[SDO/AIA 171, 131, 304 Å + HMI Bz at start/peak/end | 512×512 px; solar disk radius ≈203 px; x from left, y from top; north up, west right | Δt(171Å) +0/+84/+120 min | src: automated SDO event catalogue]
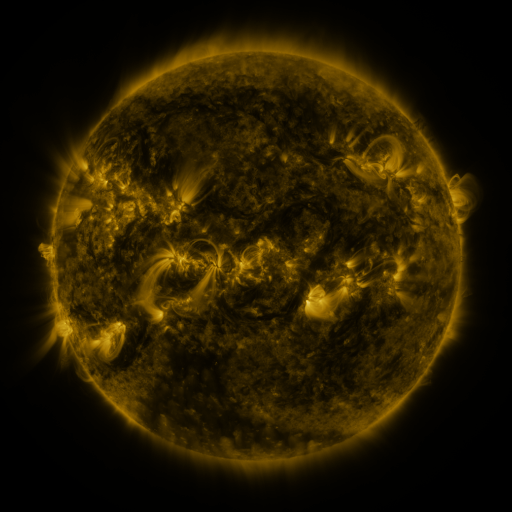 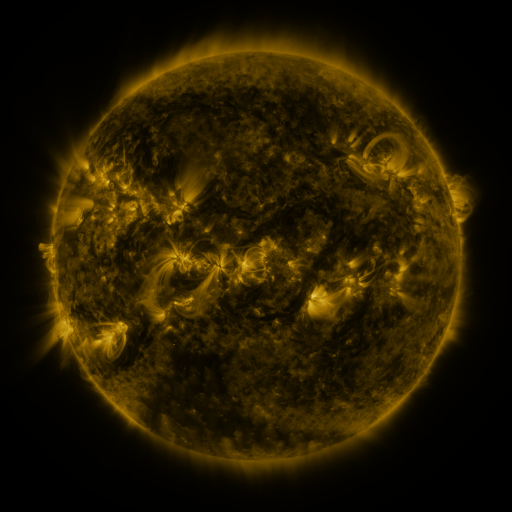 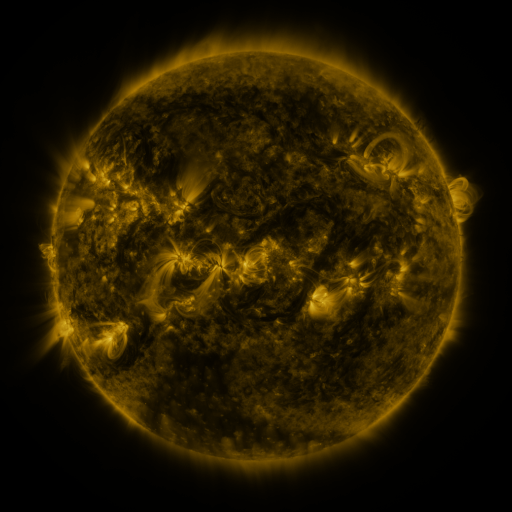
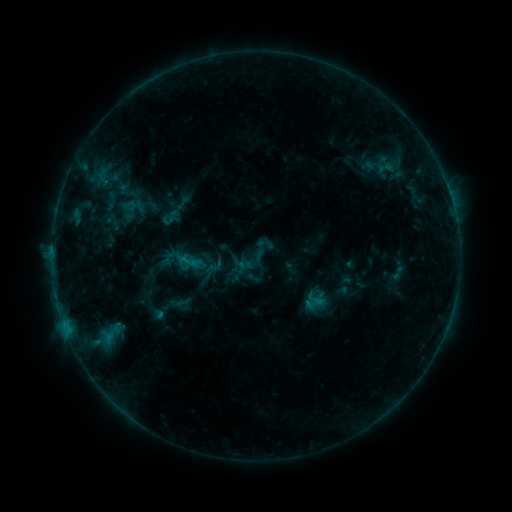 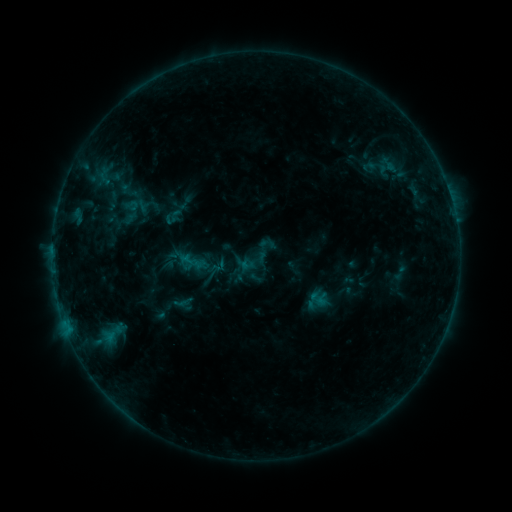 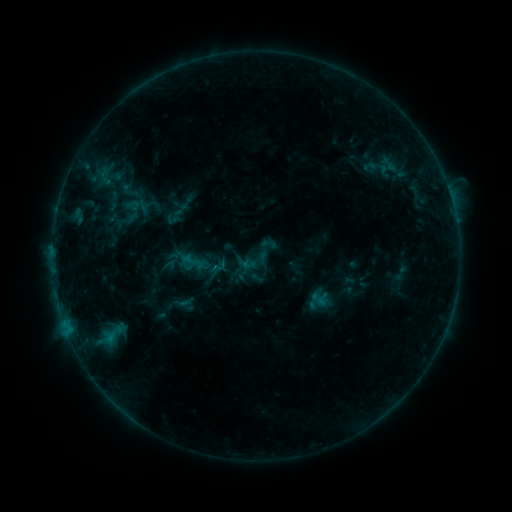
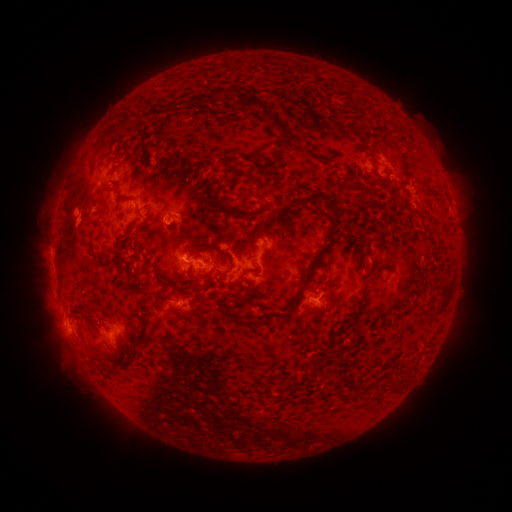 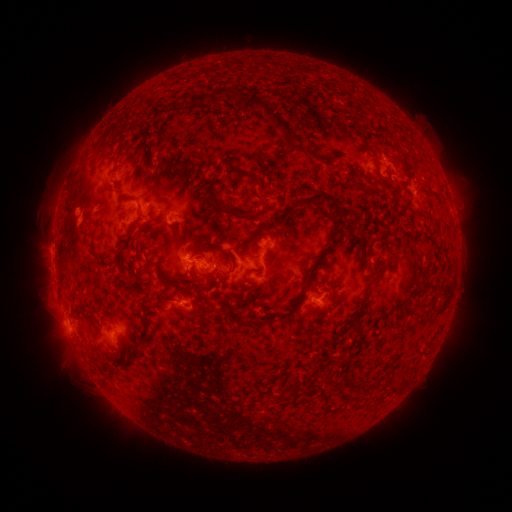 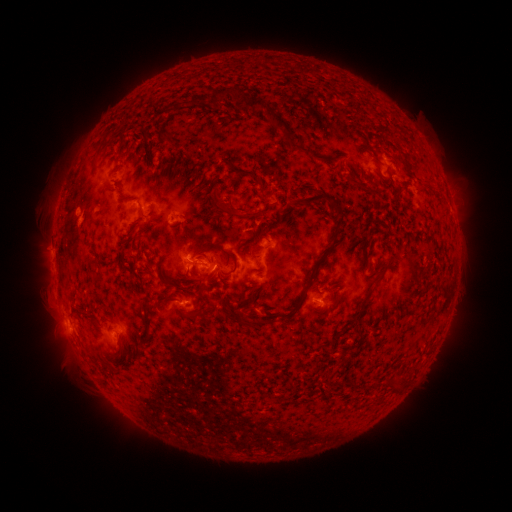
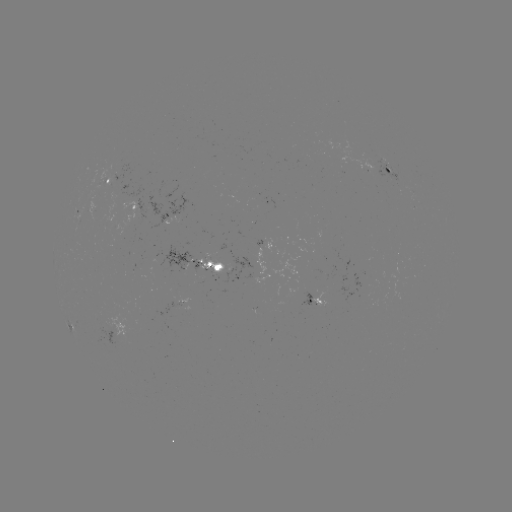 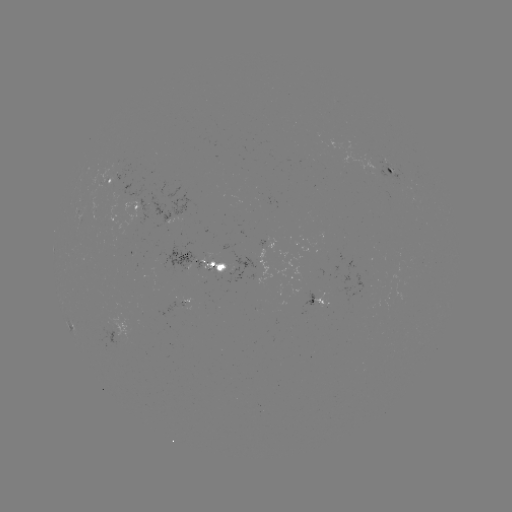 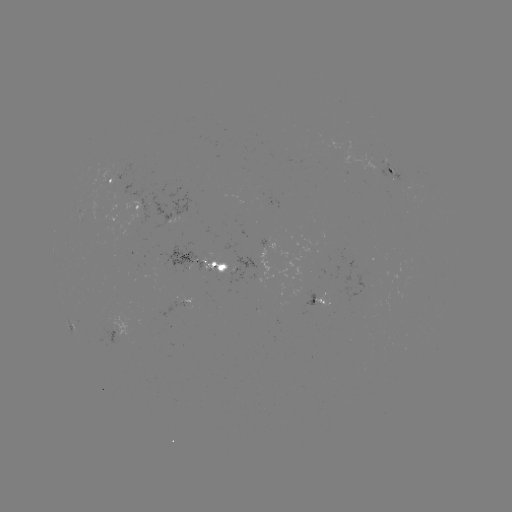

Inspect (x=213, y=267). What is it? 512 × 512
emerging-flux region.